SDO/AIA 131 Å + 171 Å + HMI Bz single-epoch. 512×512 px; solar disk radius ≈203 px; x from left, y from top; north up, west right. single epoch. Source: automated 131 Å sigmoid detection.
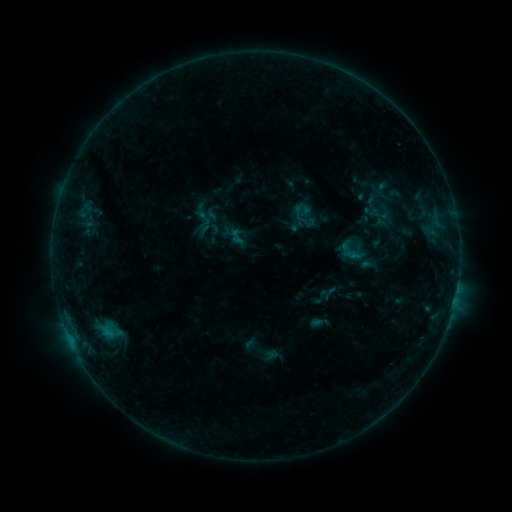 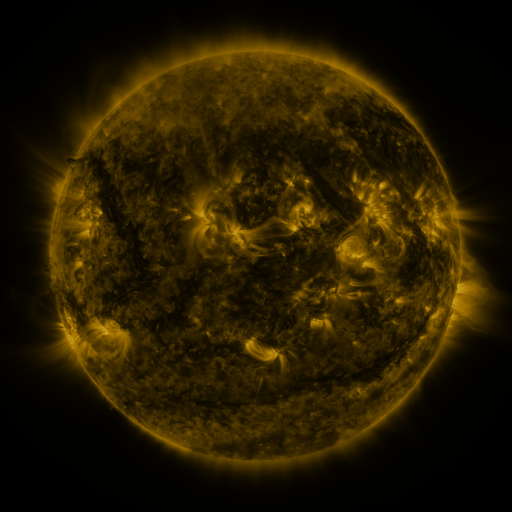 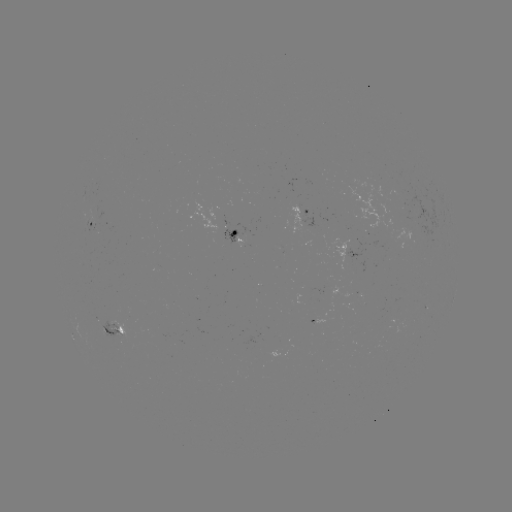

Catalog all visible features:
sigmoid: (303, 213)
sigmoid: (236, 237)
